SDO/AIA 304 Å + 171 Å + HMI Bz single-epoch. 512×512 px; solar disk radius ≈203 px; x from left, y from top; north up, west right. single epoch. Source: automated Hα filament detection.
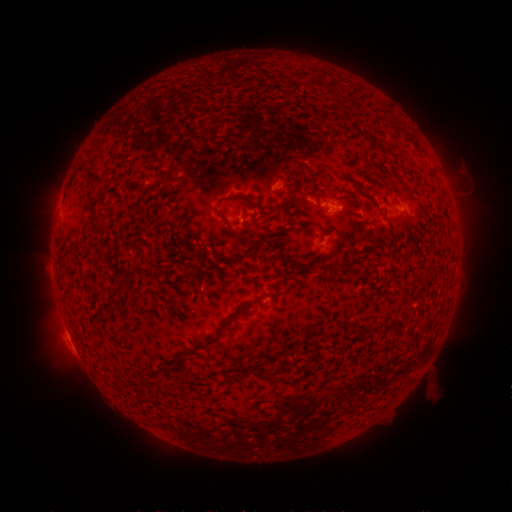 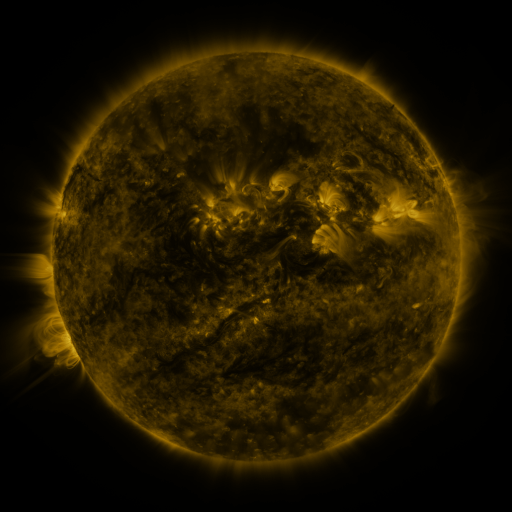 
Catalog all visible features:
filament: [84, 163, 107, 184]
filament: [345, 188, 358, 199]
filament: [216, 194, 261, 220]
filament: [297, 197, 308, 205]
filament: [89, 215, 105, 231]
filament: [219, 254, 246, 263]
filament: [317, 263, 329, 274]
filament: [108, 281, 126, 299]
filament: [272, 281, 284, 293]
filament: [250, 298, 262, 304]
filament: [216, 313, 238, 334]
